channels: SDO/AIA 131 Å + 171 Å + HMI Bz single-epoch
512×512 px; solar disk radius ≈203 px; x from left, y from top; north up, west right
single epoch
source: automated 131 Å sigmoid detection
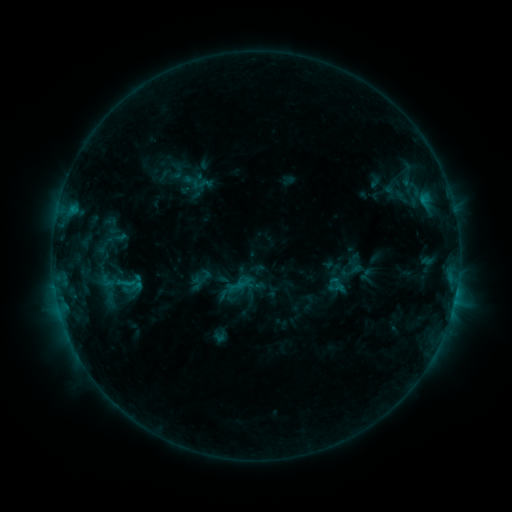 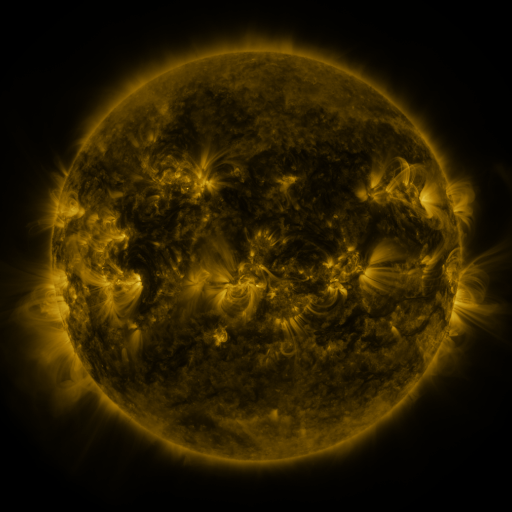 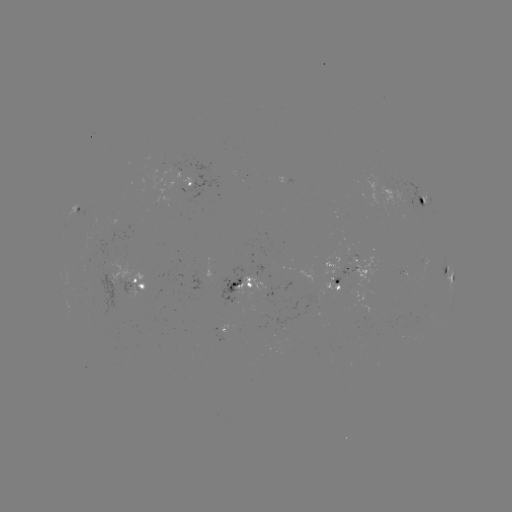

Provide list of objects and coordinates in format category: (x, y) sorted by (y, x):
sigmoid: (204, 184)
sigmoid: (353, 271)
sigmoid: (107, 279)
